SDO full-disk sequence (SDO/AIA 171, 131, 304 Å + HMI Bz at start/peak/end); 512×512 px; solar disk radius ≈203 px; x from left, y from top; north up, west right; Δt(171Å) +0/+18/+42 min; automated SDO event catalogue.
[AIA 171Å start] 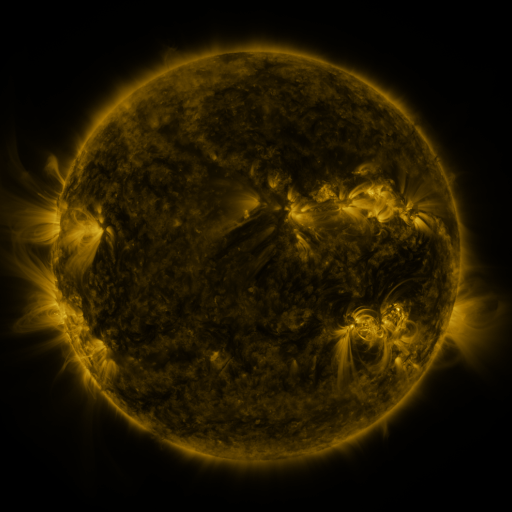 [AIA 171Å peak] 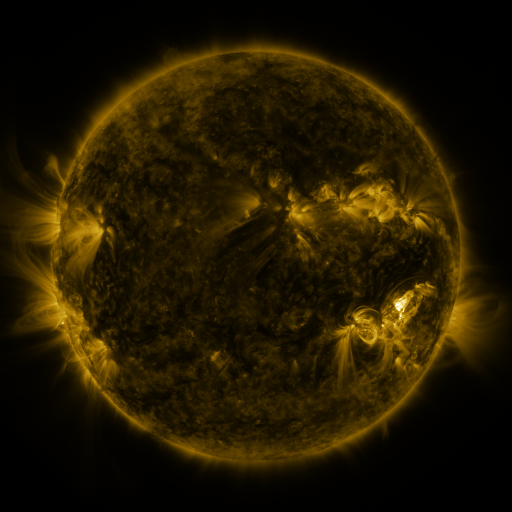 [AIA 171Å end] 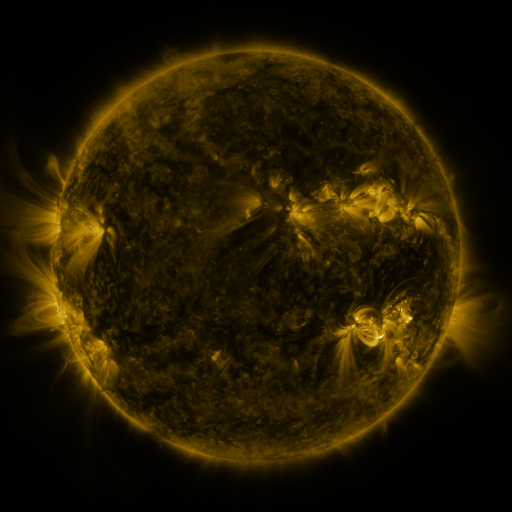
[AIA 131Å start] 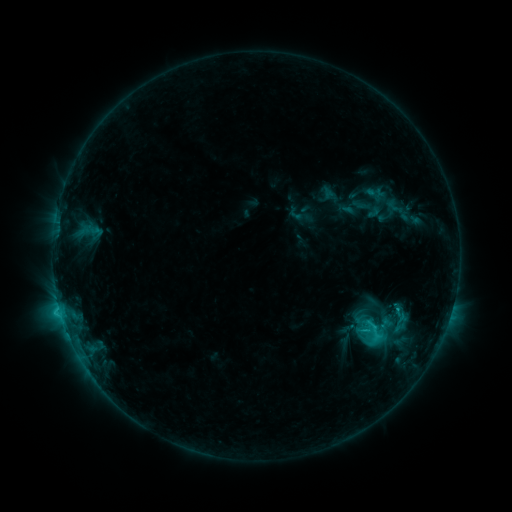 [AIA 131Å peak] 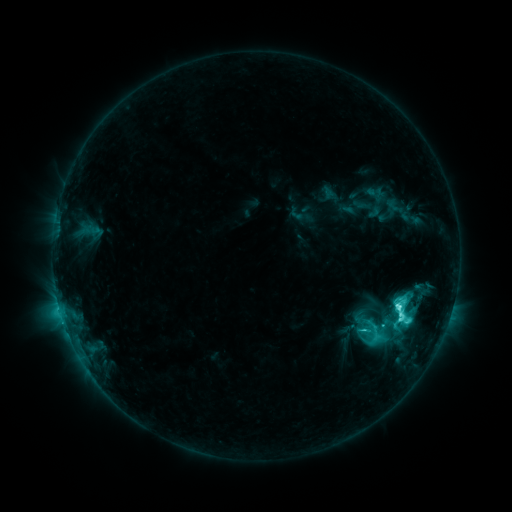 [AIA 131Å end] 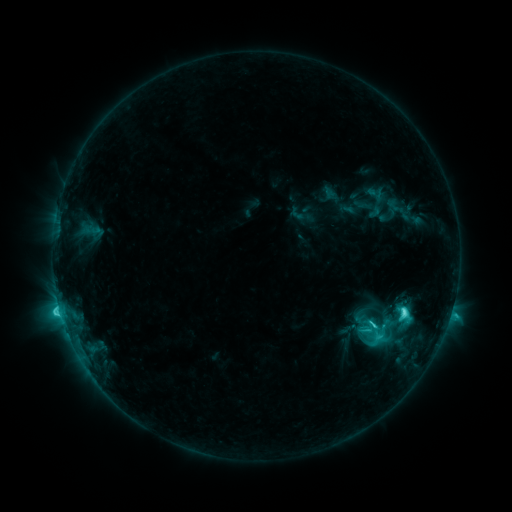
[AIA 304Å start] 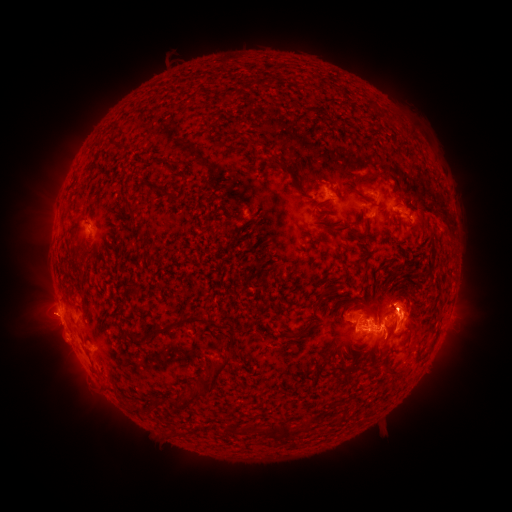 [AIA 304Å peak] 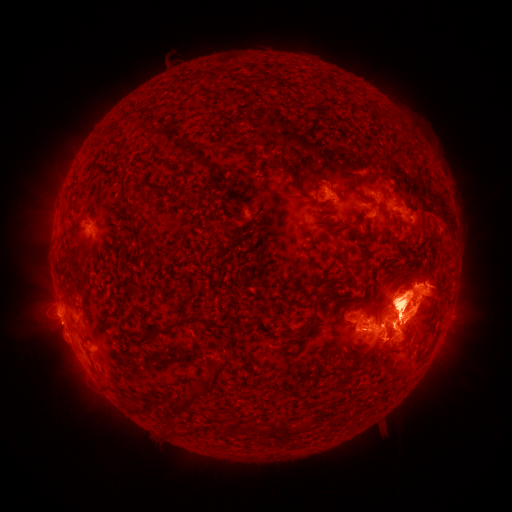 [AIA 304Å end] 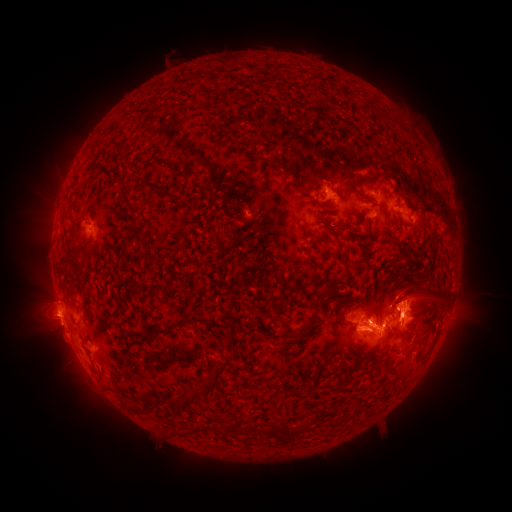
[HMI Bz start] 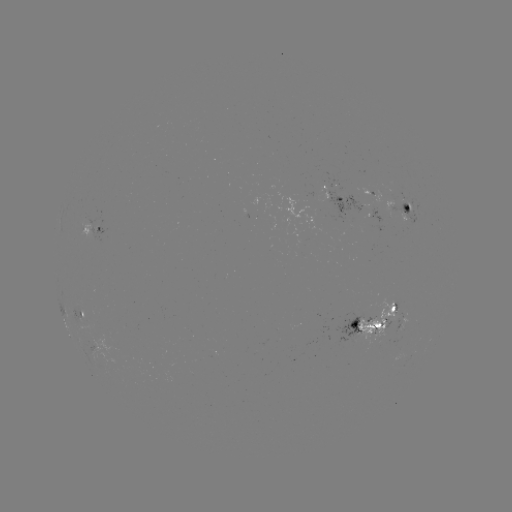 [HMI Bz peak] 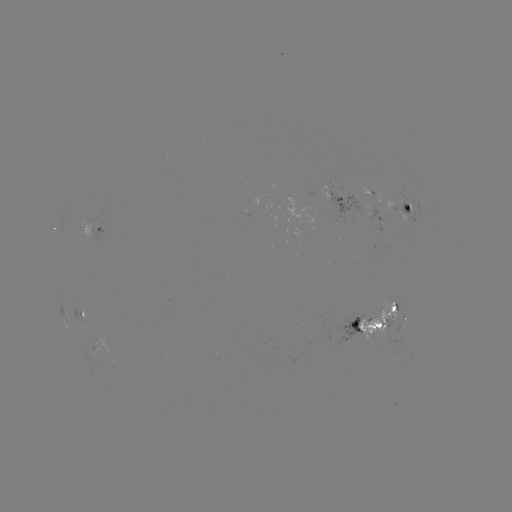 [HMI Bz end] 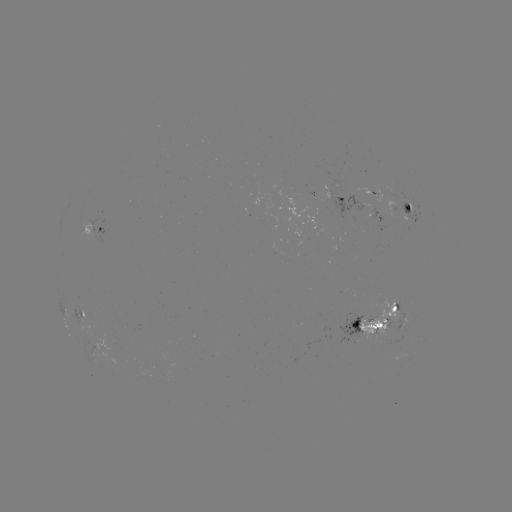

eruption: [262, 154, 511, 446]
